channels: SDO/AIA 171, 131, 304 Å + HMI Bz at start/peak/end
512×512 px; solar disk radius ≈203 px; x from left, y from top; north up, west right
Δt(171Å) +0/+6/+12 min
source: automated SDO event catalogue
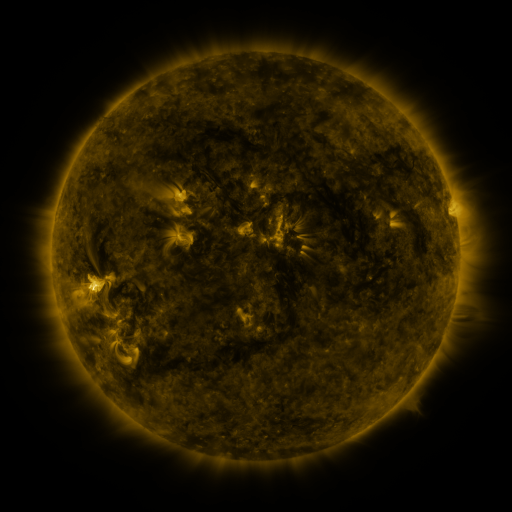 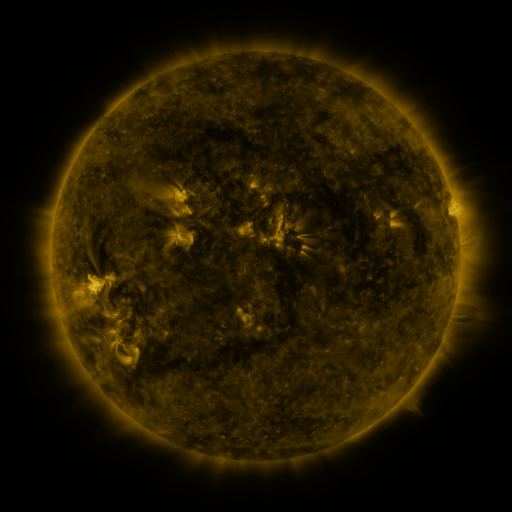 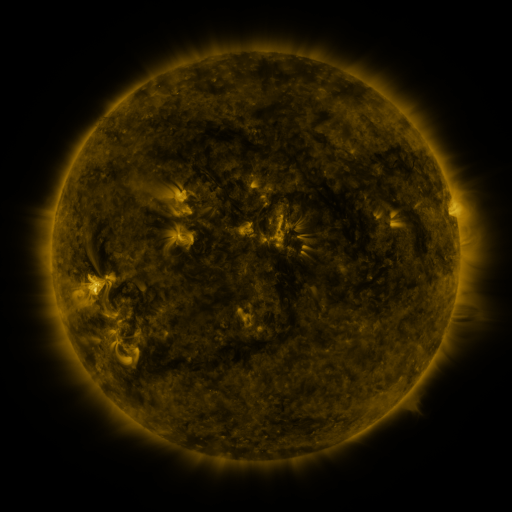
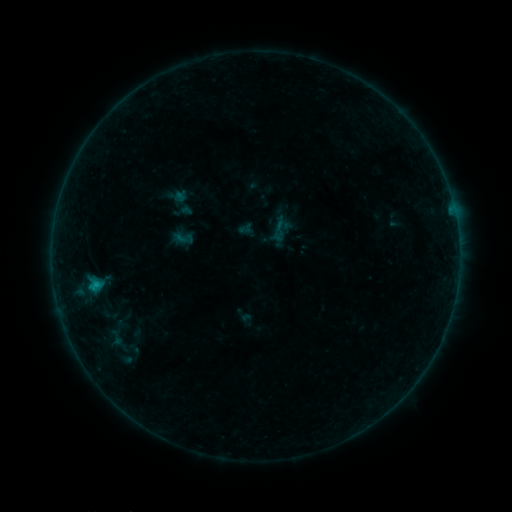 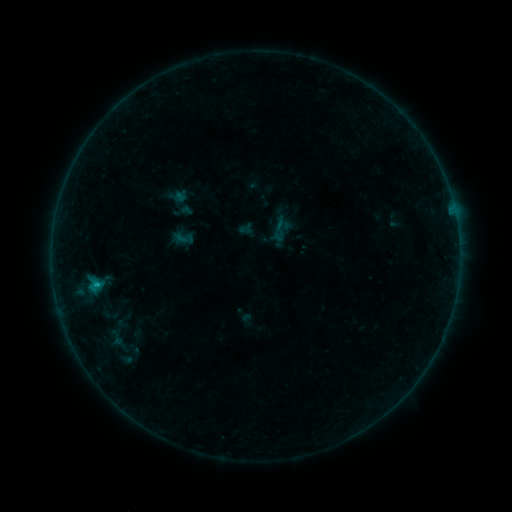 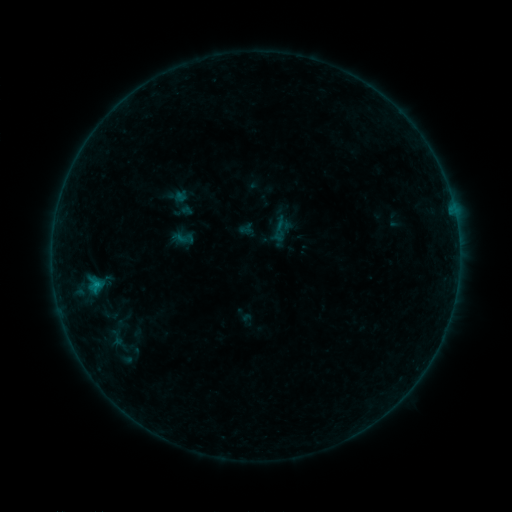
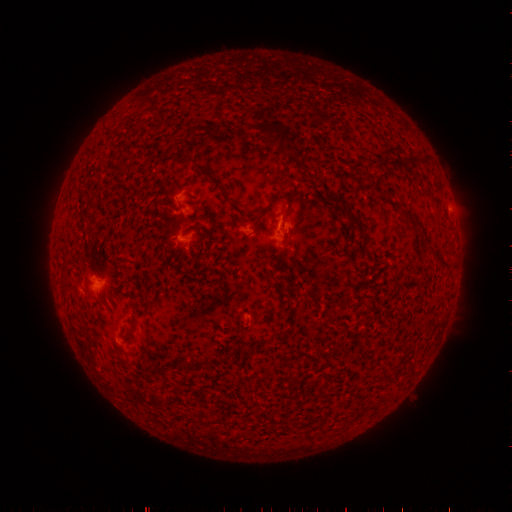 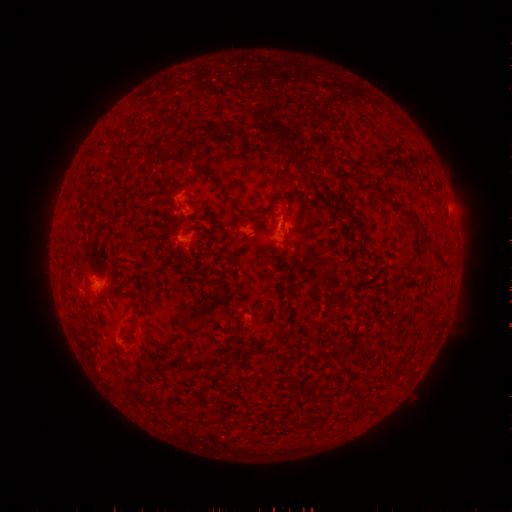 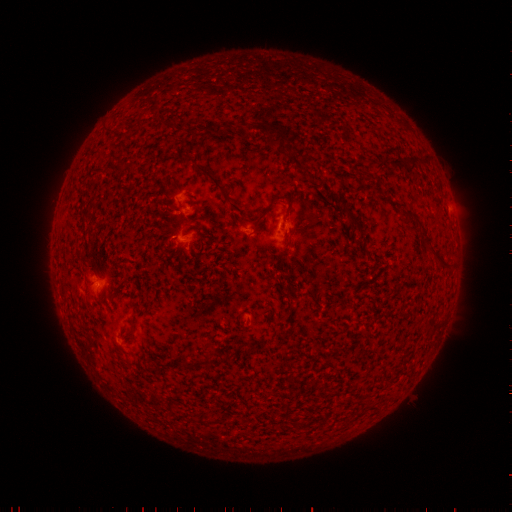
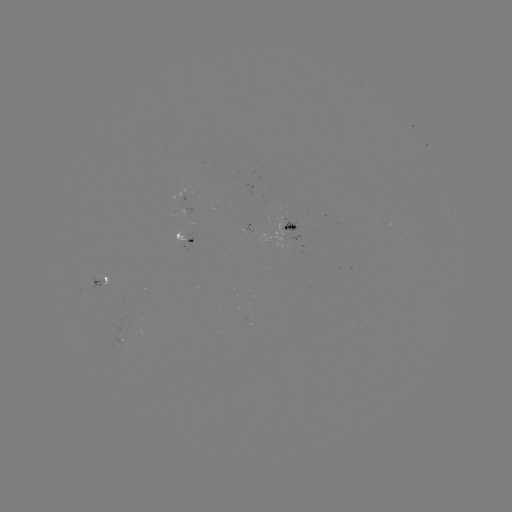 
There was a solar flare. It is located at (98, 282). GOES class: B3.4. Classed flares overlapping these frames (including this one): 1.